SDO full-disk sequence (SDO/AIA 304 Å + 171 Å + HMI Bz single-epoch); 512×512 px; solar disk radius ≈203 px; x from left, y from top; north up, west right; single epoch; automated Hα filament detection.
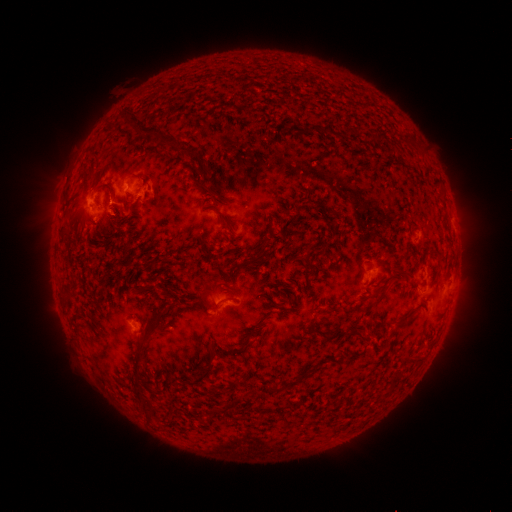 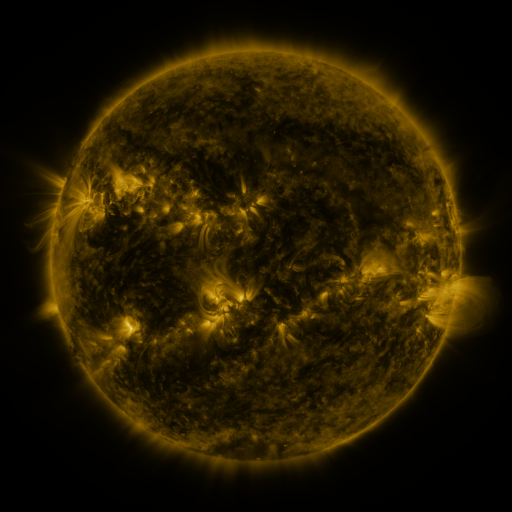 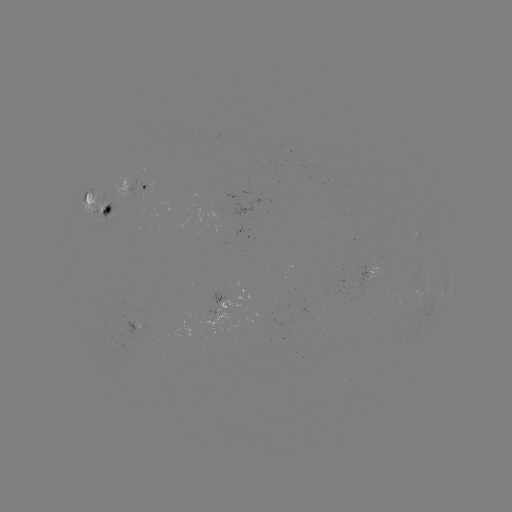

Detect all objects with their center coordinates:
filament: (305, 124, 321, 134)
filament: (135, 125, 178, 147)
filament: (374, 133, 386, 143)
filament: (180, 146, 200, 160)
filament: (200, 182, 216, 196)
filament: (83, 191, 90, 202)
filament: (218, 211, 234, 232)
filament: (256, 235, 271, 257)
filament: (200, 279, 212, 288)
filament: (374, 285, 387, 305)
filament: (225, 295, 238, 301)
filament: (254, 311, 271, 326)
filament: (392, 315, 410, 328)
filament: (307, 319, 315, 328)
filament: (318, 328, 365, 342)
filament: (132, 348, 142, 374)
filament: (191, 359, 214, 384)
filament: (286, 371, 308, 388)
filament: (266, 383, 286, 393)
